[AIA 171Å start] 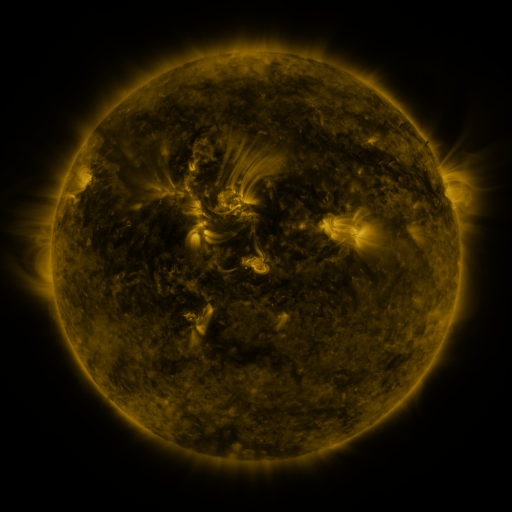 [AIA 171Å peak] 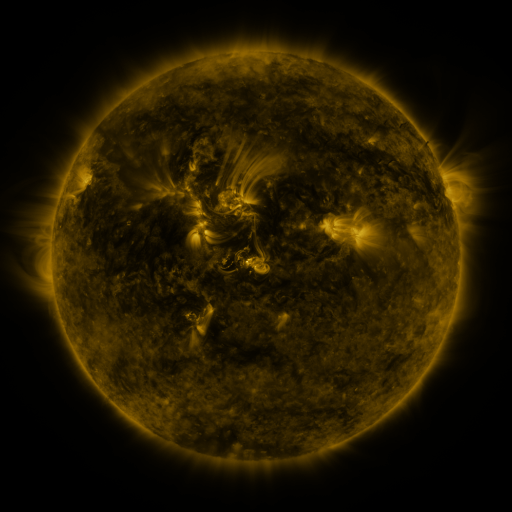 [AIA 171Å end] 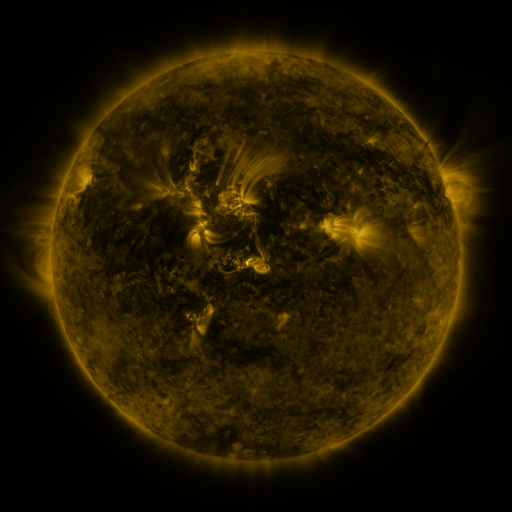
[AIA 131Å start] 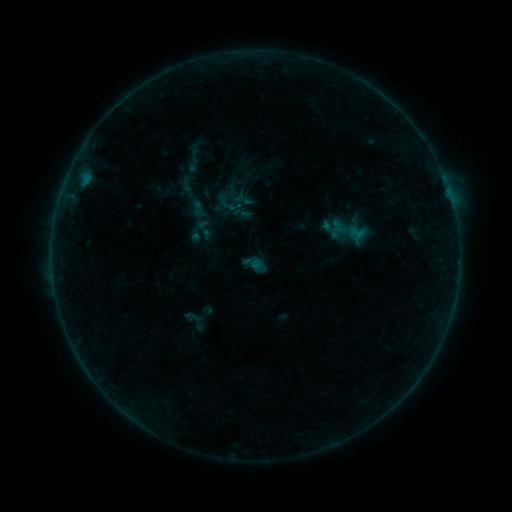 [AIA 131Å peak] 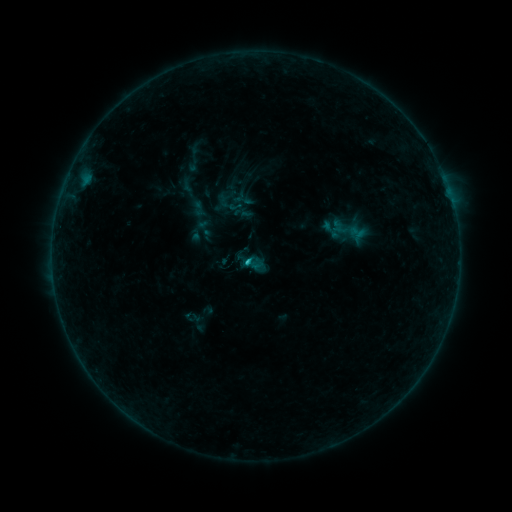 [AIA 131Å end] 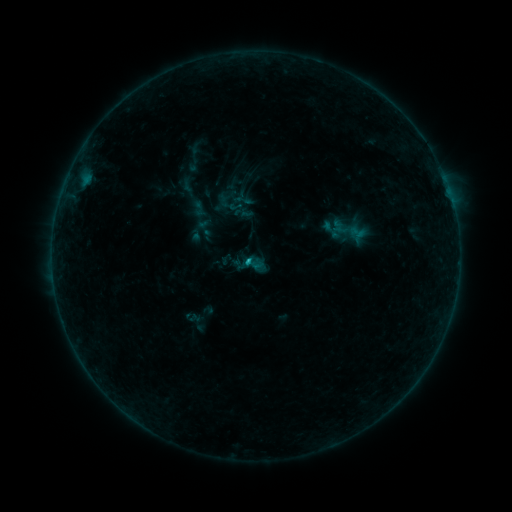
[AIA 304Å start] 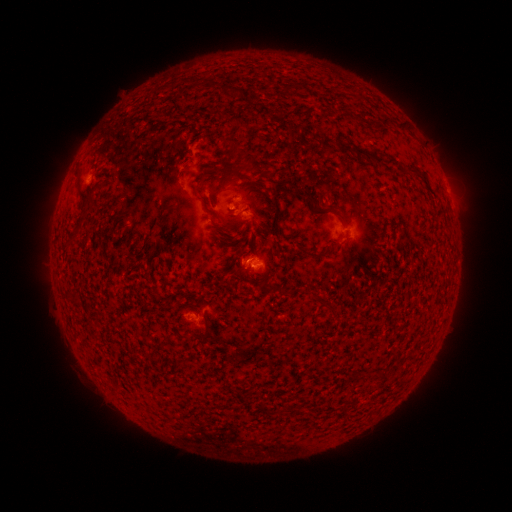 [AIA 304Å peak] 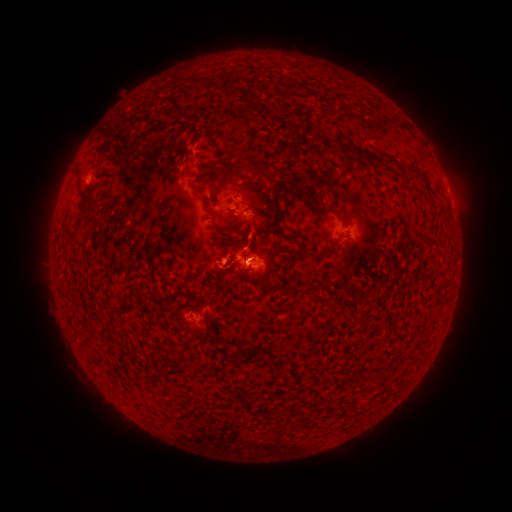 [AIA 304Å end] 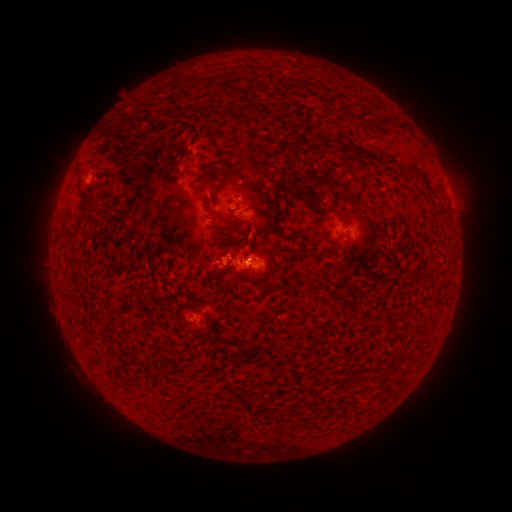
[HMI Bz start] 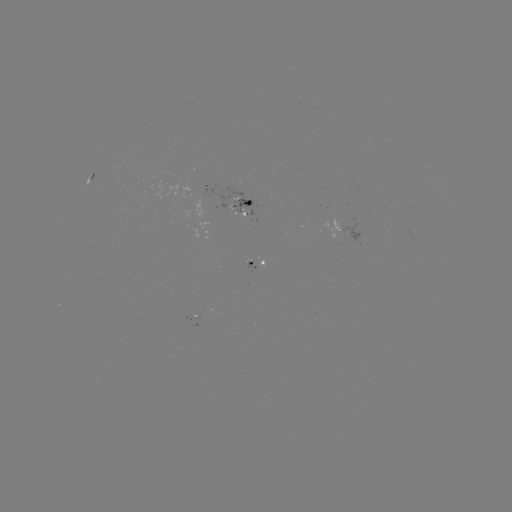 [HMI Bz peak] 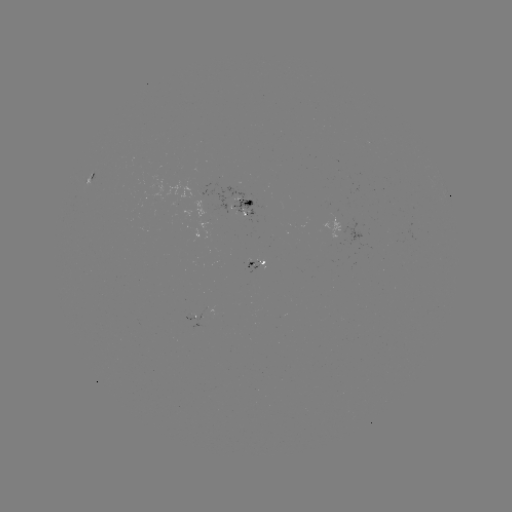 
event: flare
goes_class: B8.1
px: (248, 258)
